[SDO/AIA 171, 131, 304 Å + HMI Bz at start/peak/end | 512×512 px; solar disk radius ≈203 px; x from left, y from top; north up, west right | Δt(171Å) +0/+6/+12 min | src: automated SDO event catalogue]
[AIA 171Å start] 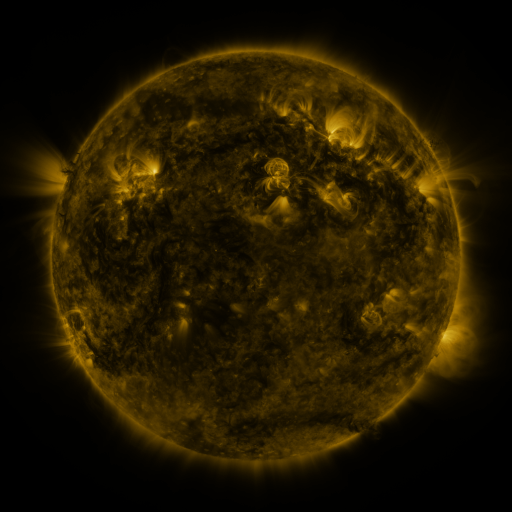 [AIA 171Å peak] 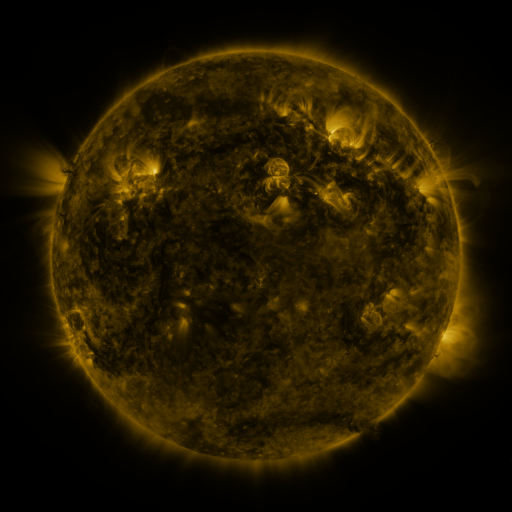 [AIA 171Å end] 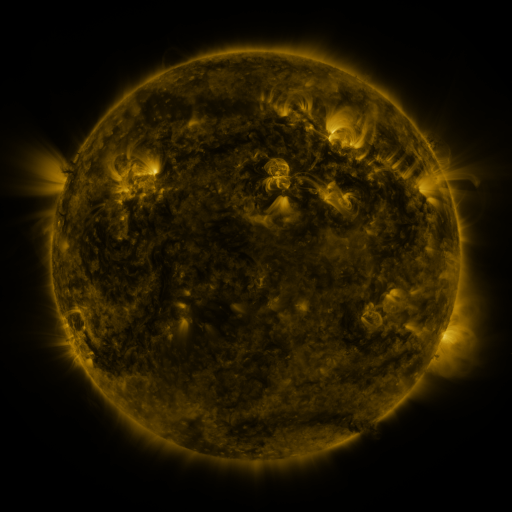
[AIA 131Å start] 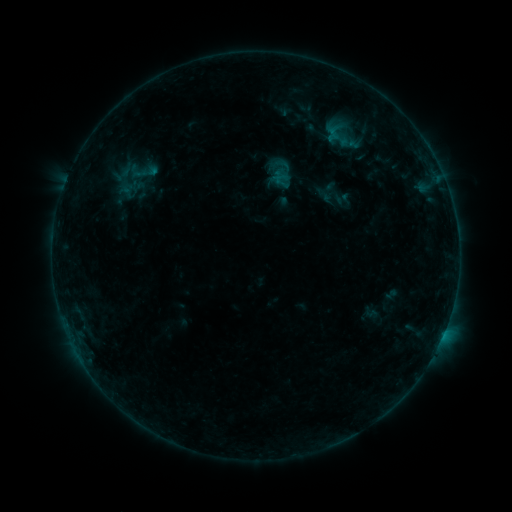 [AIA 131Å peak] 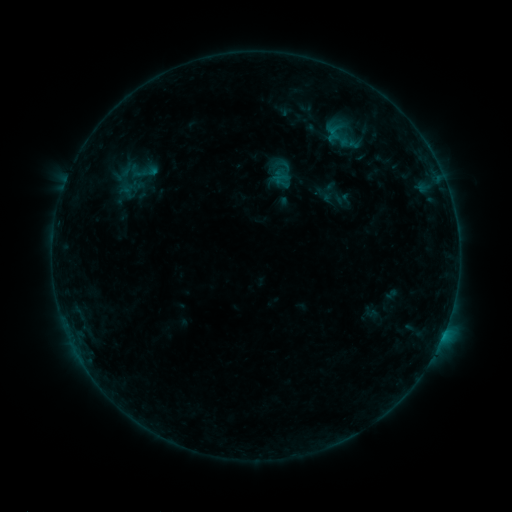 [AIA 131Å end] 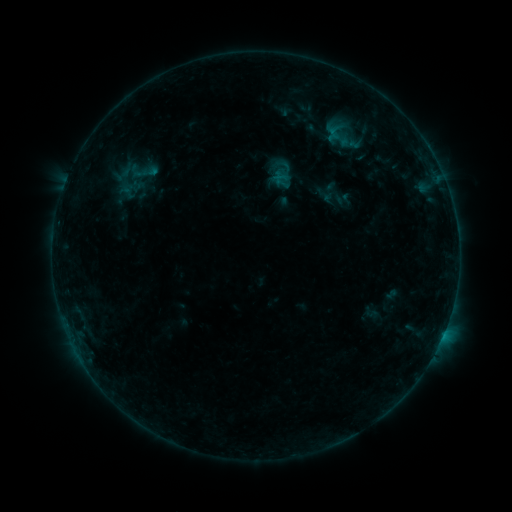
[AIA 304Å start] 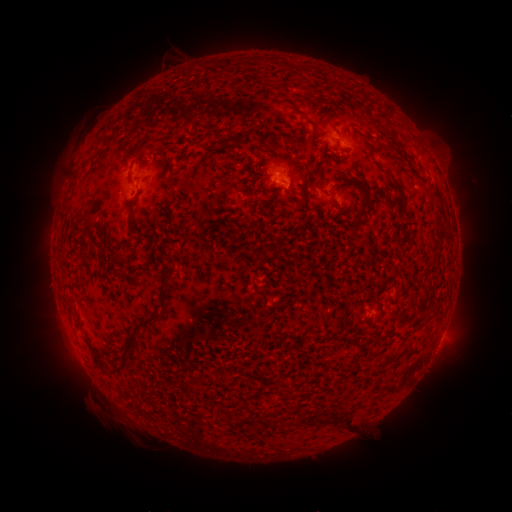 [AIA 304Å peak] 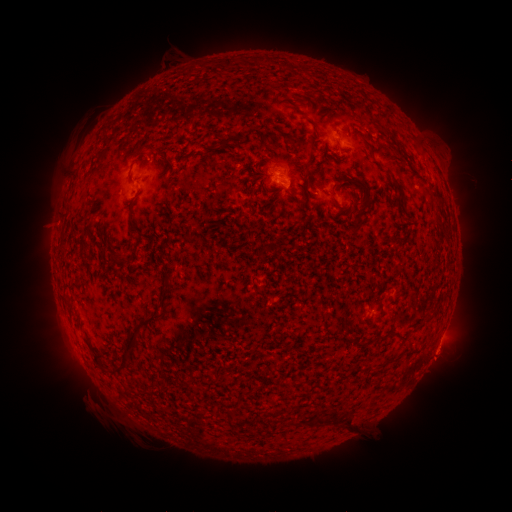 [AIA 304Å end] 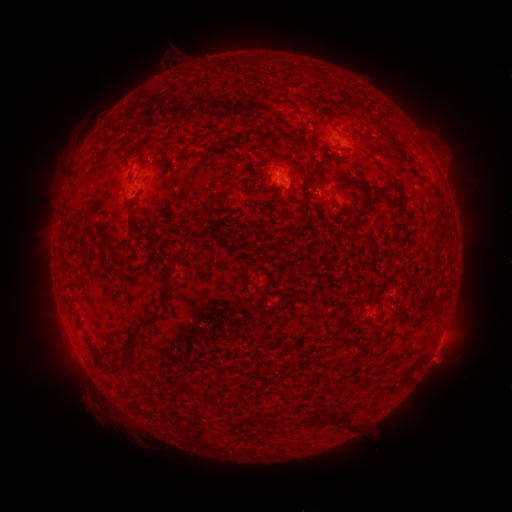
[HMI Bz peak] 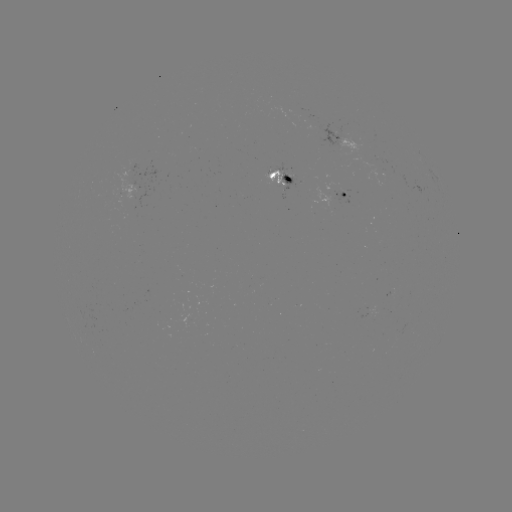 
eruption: (419, 333, 466, 380)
